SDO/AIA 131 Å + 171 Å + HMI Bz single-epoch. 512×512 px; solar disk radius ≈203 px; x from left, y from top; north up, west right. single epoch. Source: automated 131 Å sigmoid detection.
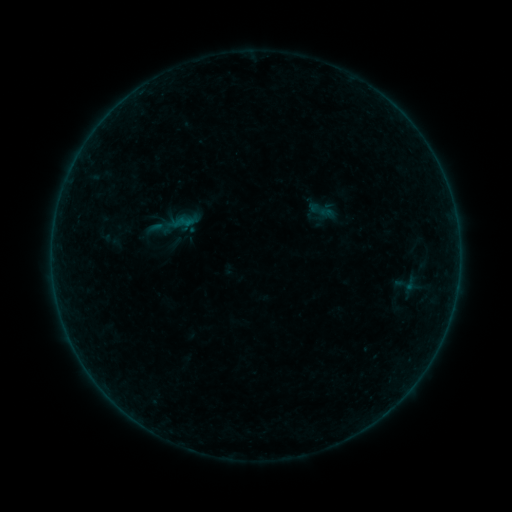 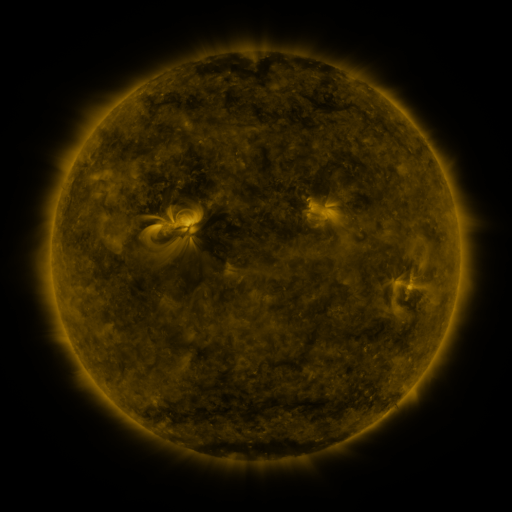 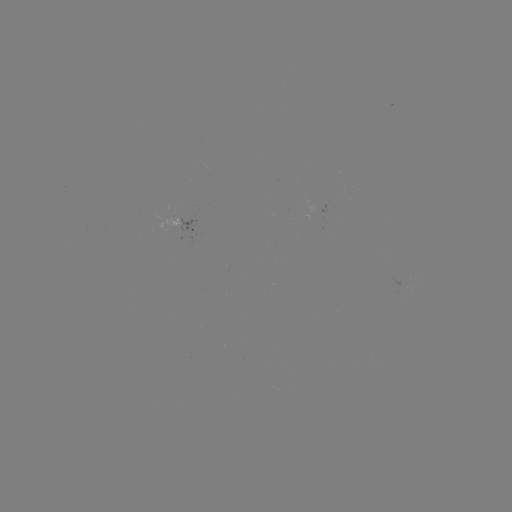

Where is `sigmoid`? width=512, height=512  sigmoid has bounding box [172, 211, 194, 233].